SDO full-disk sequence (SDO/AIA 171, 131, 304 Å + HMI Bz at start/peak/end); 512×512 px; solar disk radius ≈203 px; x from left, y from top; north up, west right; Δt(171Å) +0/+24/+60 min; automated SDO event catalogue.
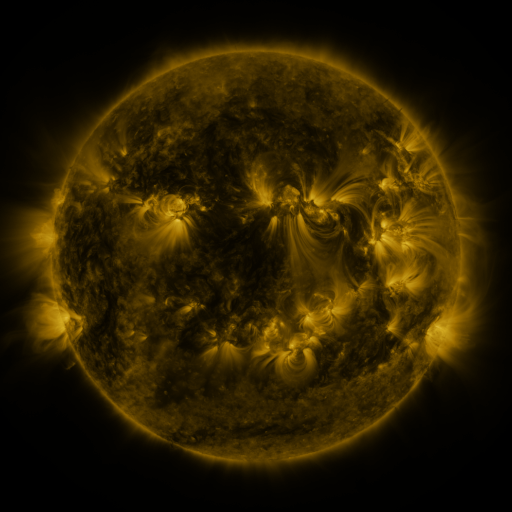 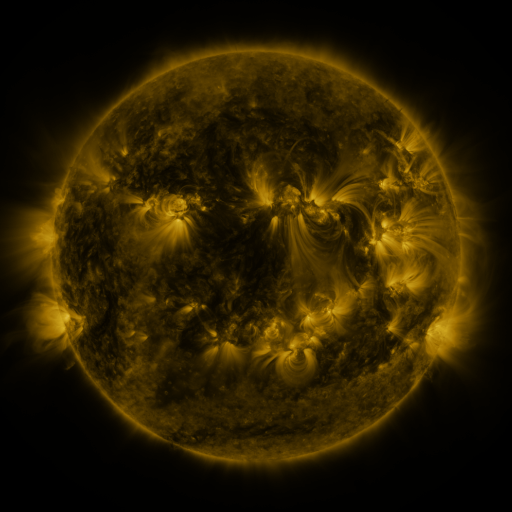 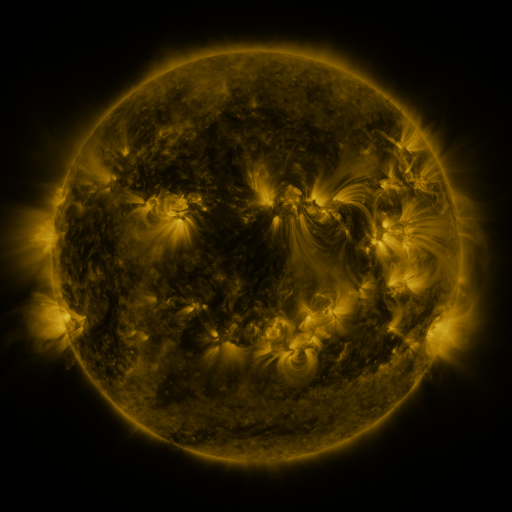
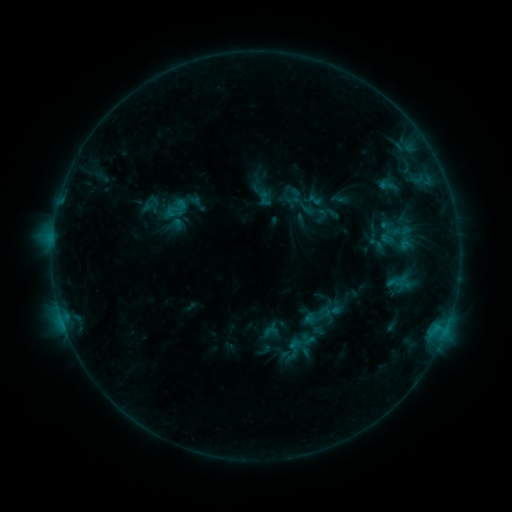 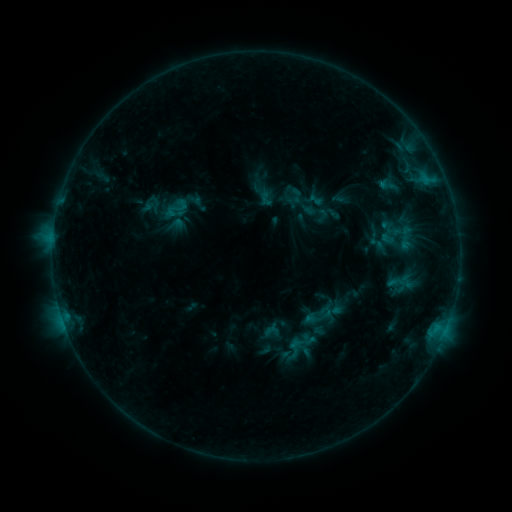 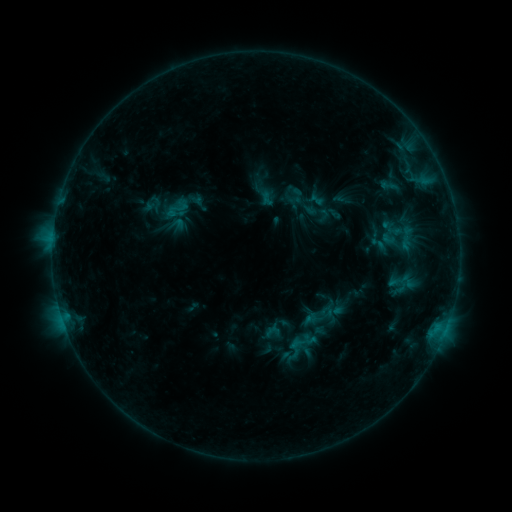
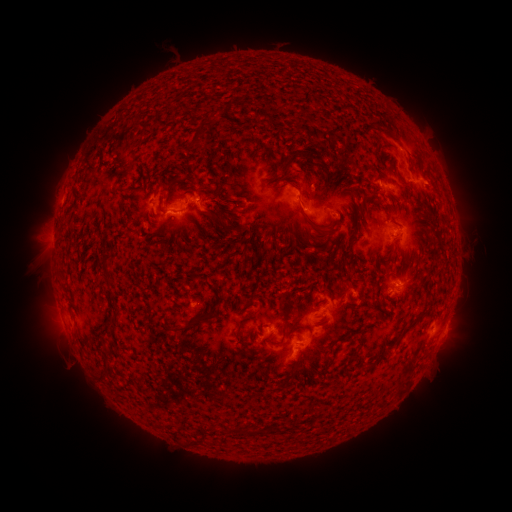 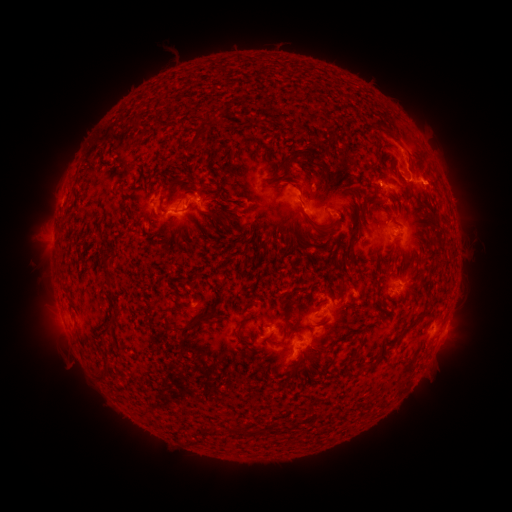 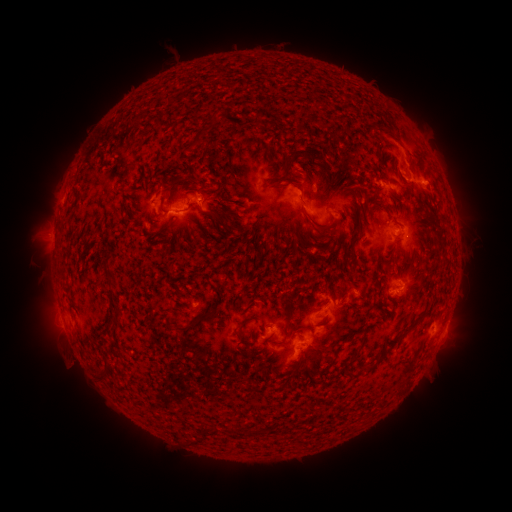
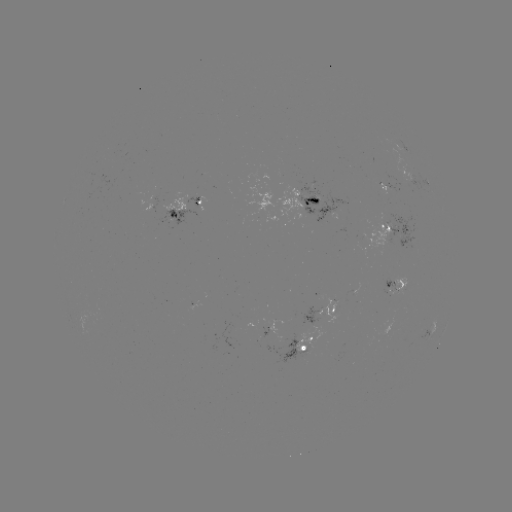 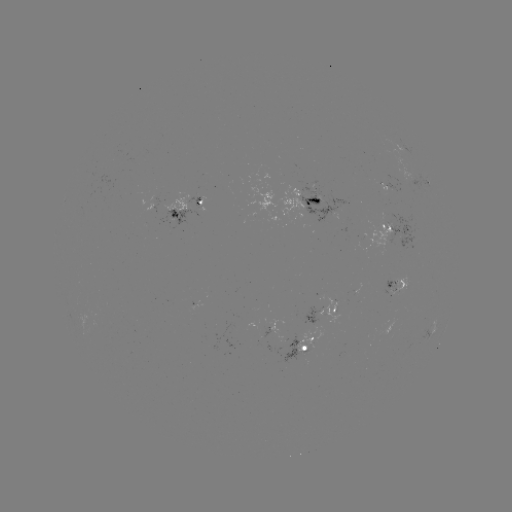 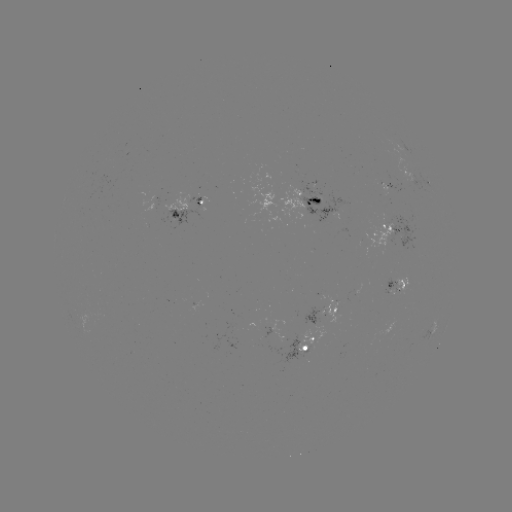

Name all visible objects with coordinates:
C1.3 flare: (425, 179)
